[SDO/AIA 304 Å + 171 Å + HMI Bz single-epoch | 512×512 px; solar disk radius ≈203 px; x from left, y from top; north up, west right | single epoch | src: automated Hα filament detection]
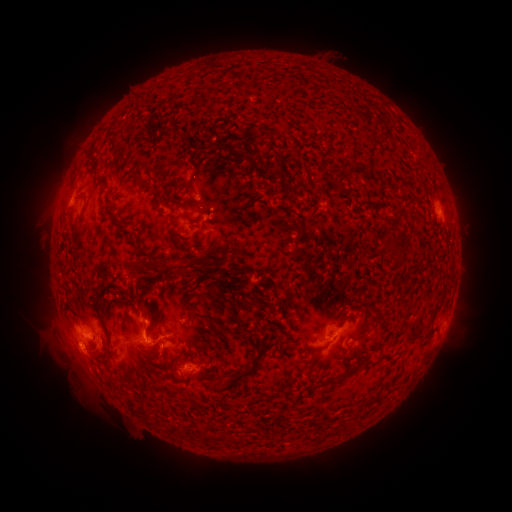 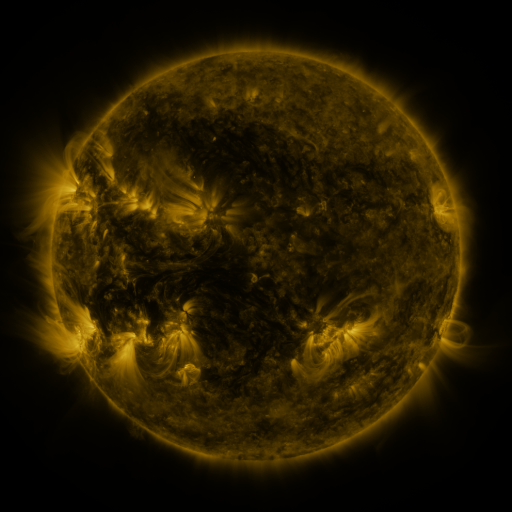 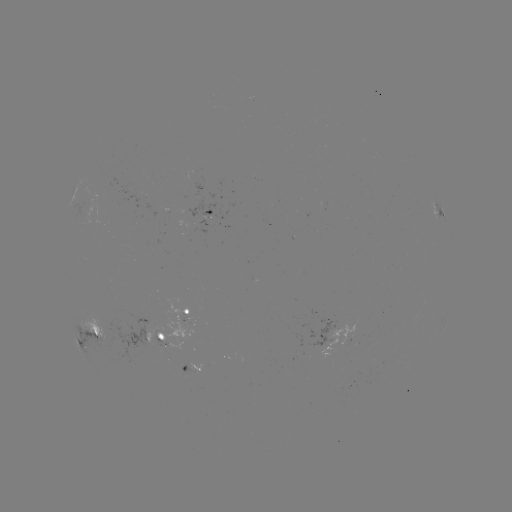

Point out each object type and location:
filament: (136, 101)
filament: (163, 135)
filament: (173, 165)
filament: (135, 180)
filament: (189, 182)
filament: (340, 183)
filament: (394, 250)
filament: (174, 266)
filament: (445, 290)
filament: (141, 306)
filament: (248, 307)
filament: (436, 309)
filament: (379, 316)
filament: (401, 326)
filament: (364, 332)
filament: (152, 354)
filament: (353, 370)
filament: (239, 377)
filament: (161, 424)
filament: (177, 432)
filament: (239, 440)
